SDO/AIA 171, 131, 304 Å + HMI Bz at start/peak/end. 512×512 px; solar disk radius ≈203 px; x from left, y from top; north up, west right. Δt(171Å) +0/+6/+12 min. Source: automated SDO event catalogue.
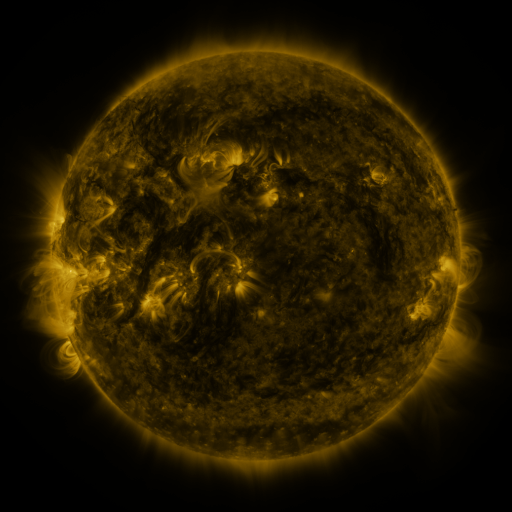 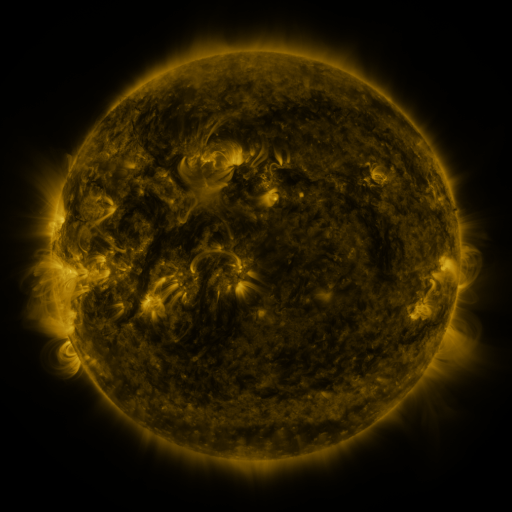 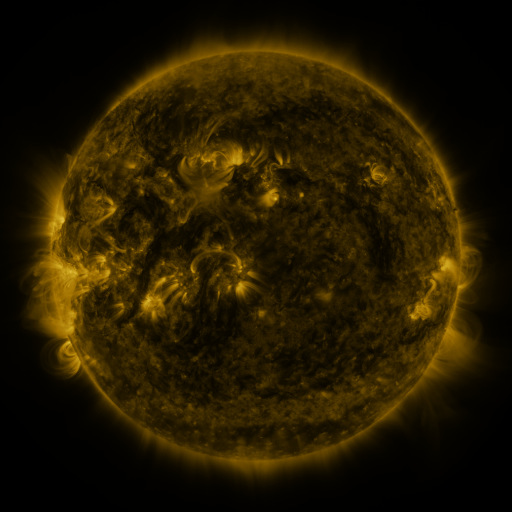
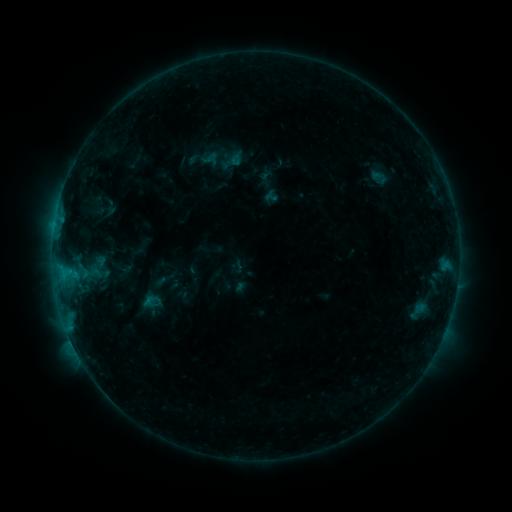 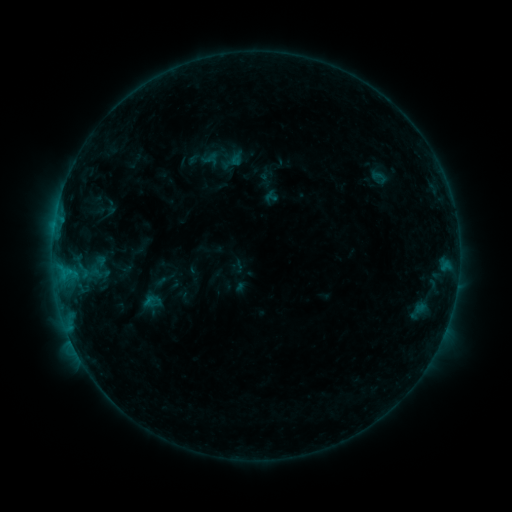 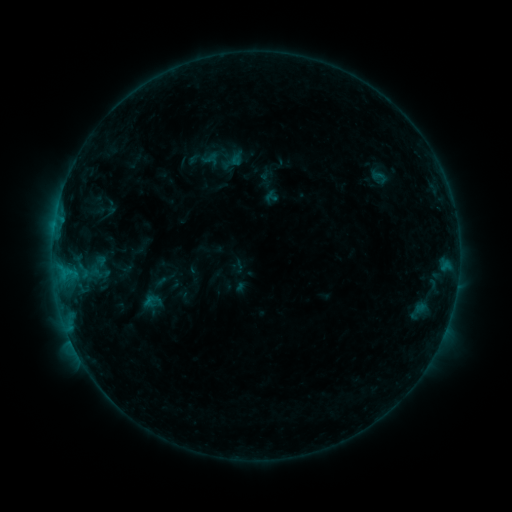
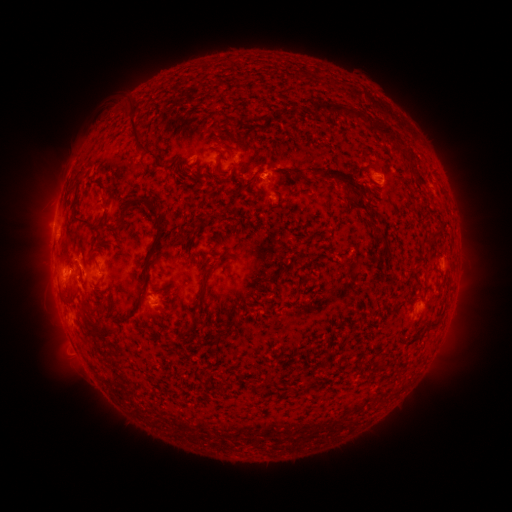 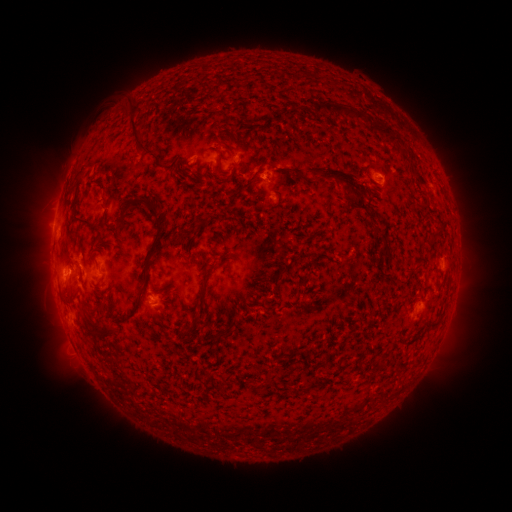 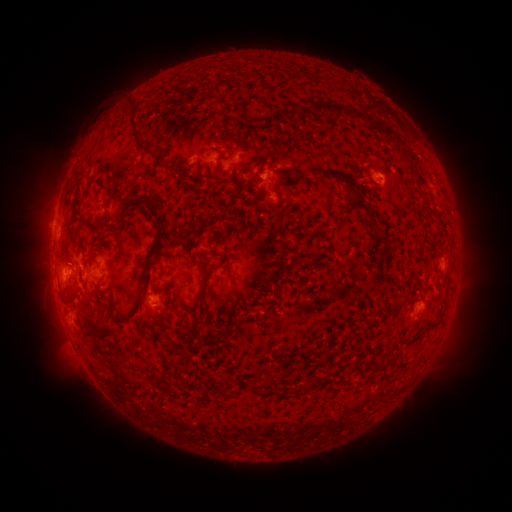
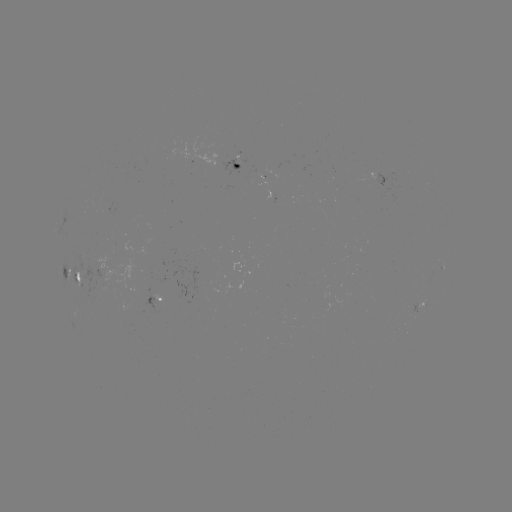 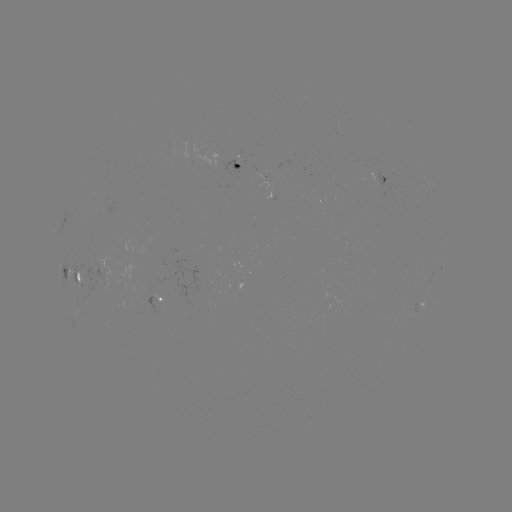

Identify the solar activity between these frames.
no catalogued flare and no flagged EUV brightening in this window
